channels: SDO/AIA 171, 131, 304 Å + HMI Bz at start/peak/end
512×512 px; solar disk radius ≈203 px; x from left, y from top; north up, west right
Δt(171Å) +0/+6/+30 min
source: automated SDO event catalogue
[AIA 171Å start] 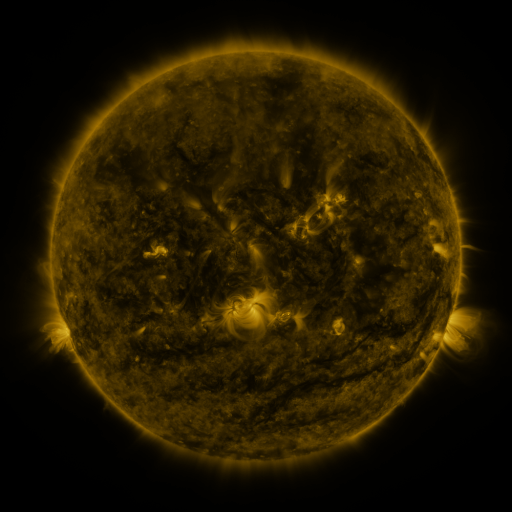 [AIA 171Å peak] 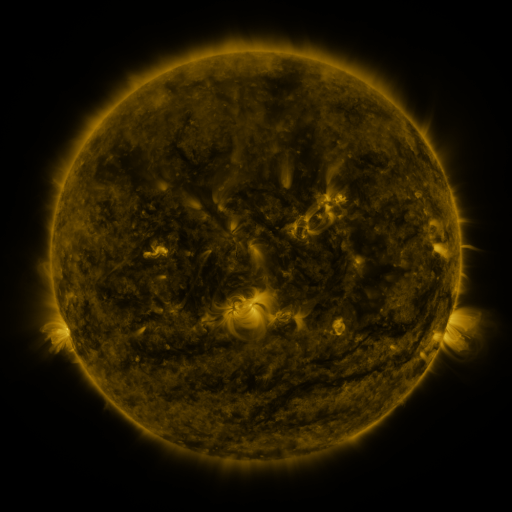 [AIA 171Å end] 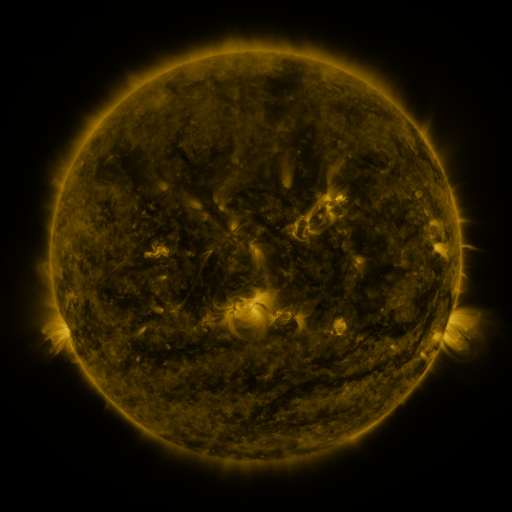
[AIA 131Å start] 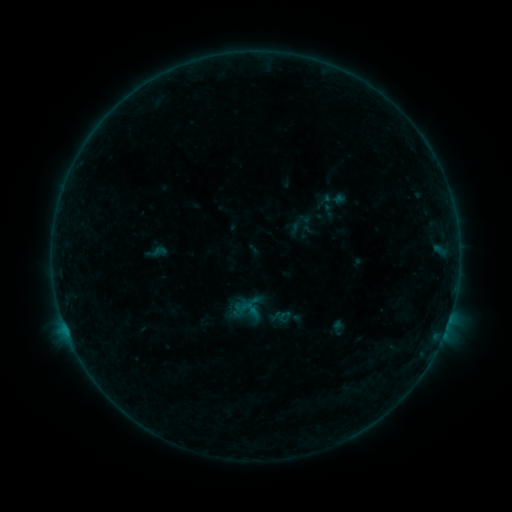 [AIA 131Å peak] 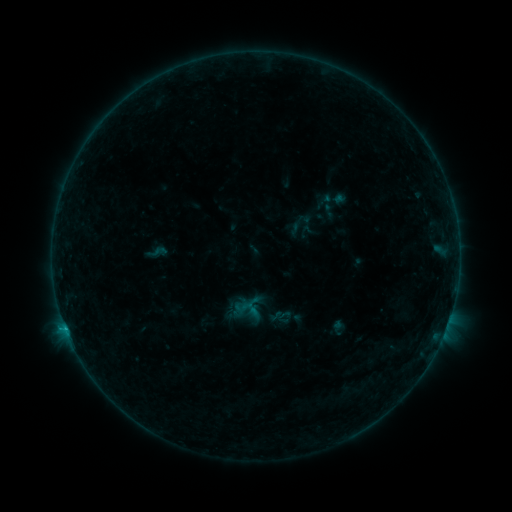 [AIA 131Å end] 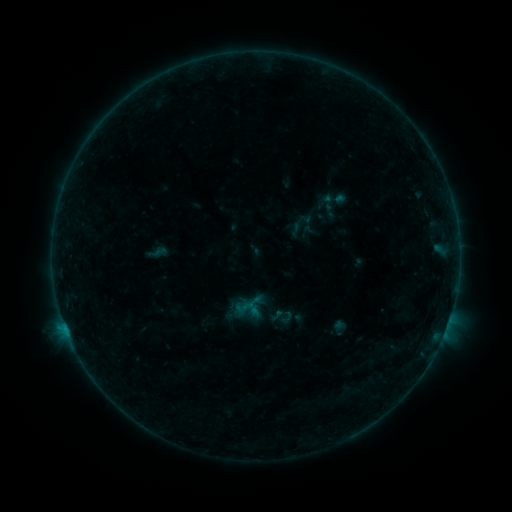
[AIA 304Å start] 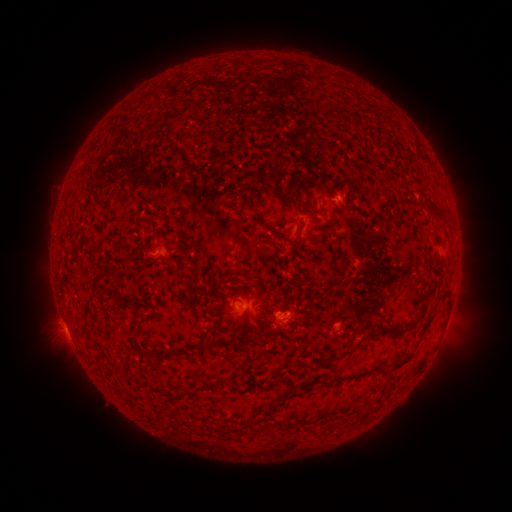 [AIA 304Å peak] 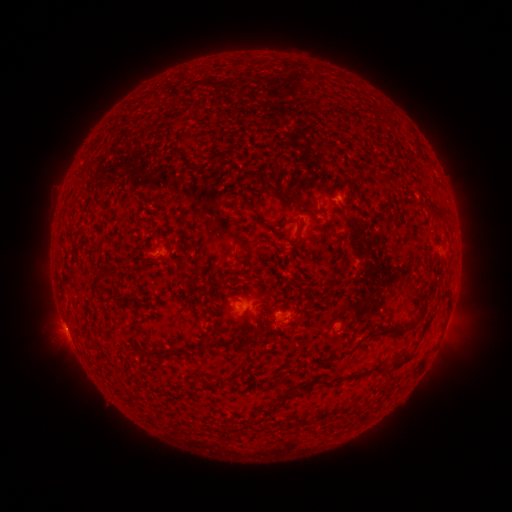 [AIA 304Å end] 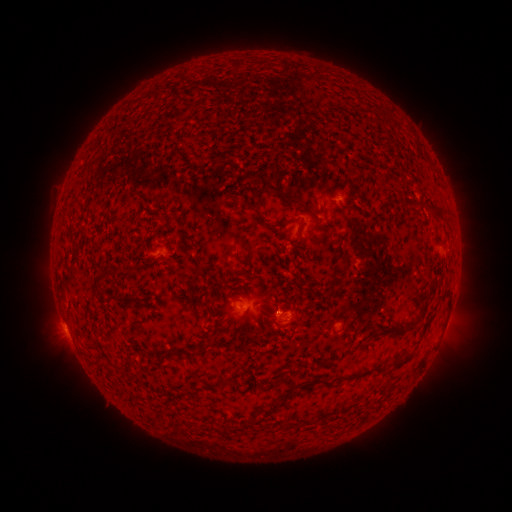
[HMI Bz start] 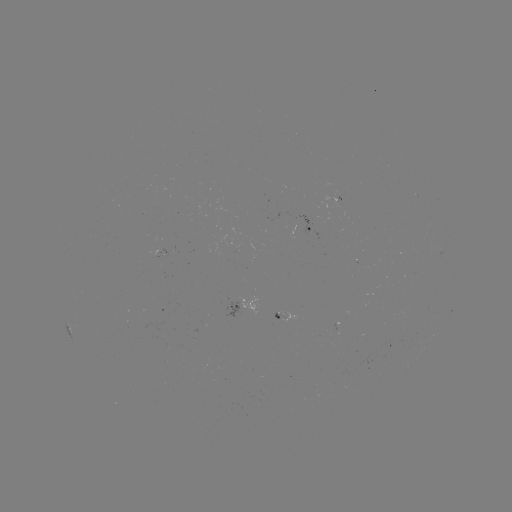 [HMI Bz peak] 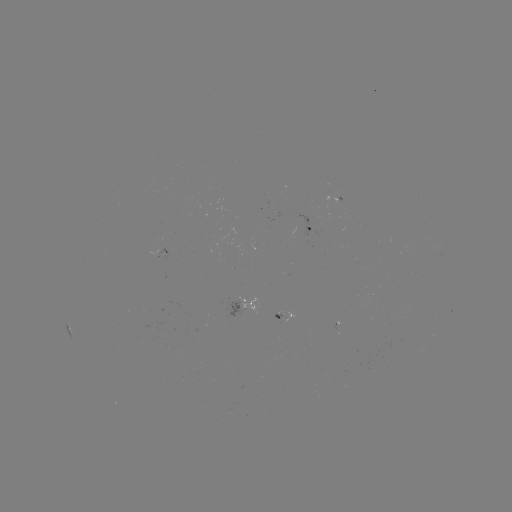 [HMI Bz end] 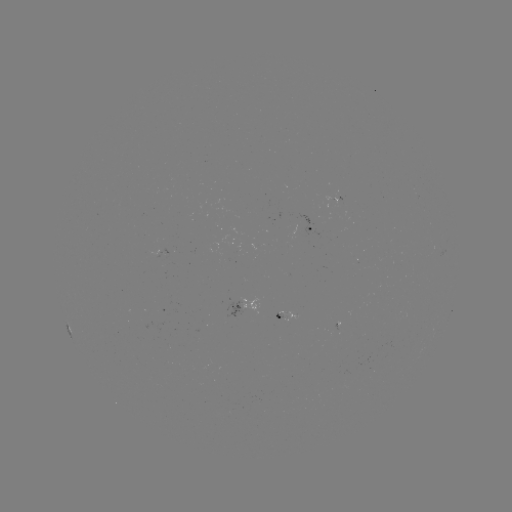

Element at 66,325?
B4.2 flare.